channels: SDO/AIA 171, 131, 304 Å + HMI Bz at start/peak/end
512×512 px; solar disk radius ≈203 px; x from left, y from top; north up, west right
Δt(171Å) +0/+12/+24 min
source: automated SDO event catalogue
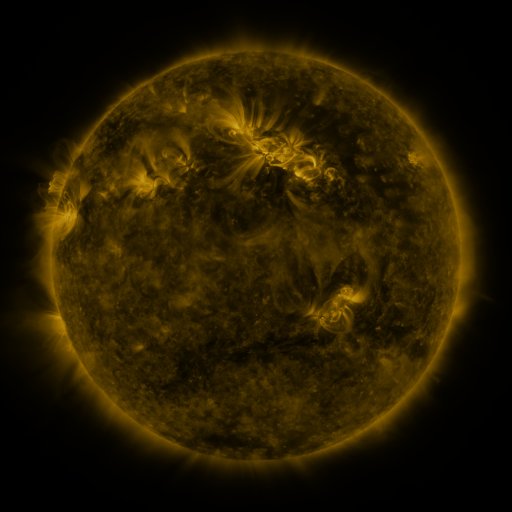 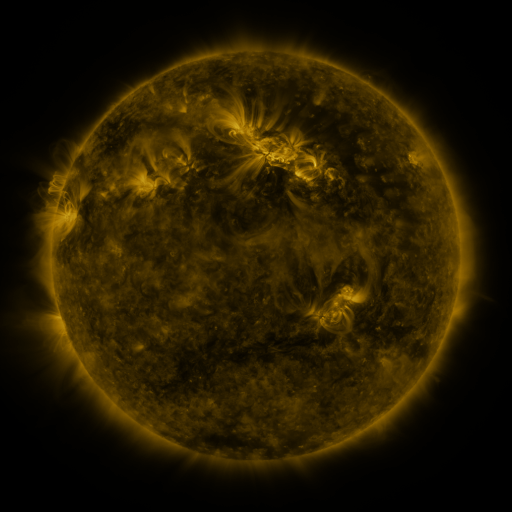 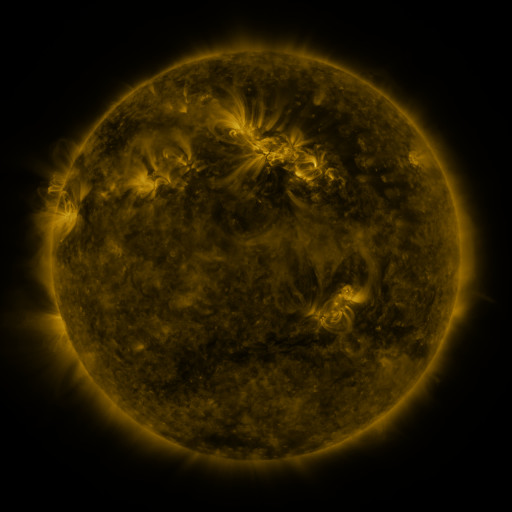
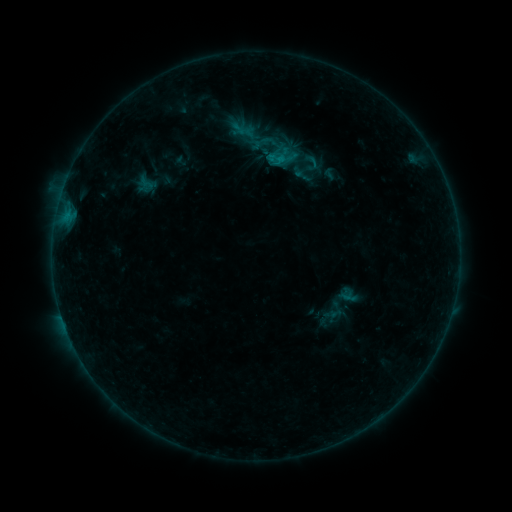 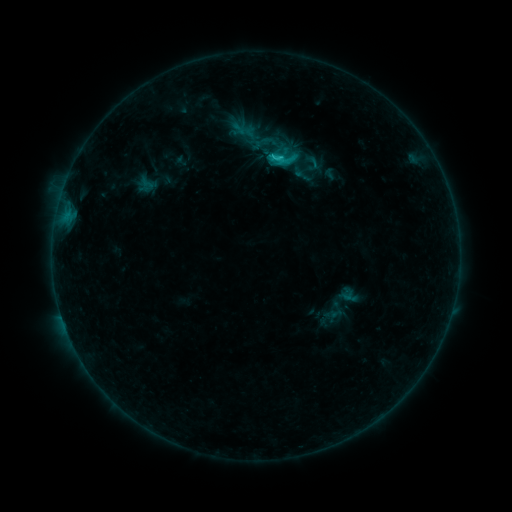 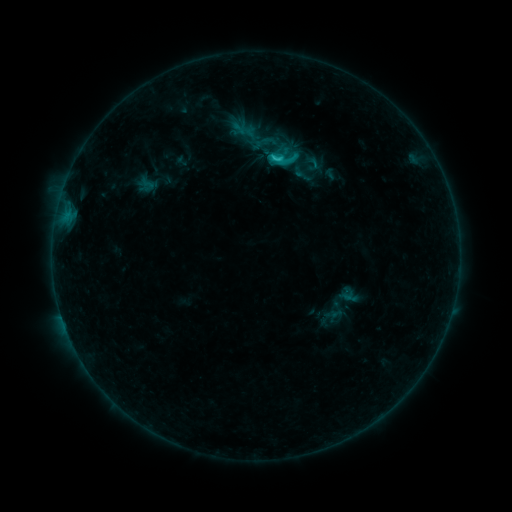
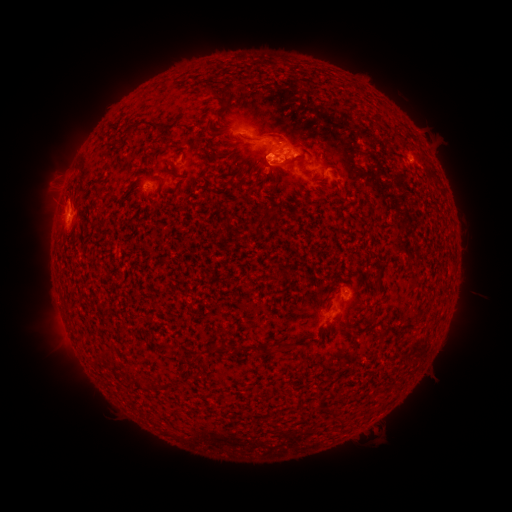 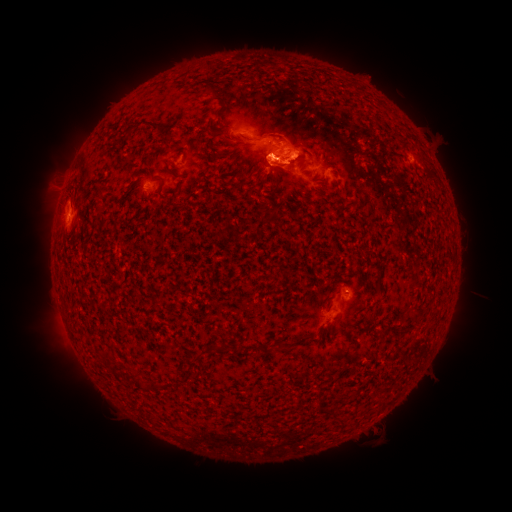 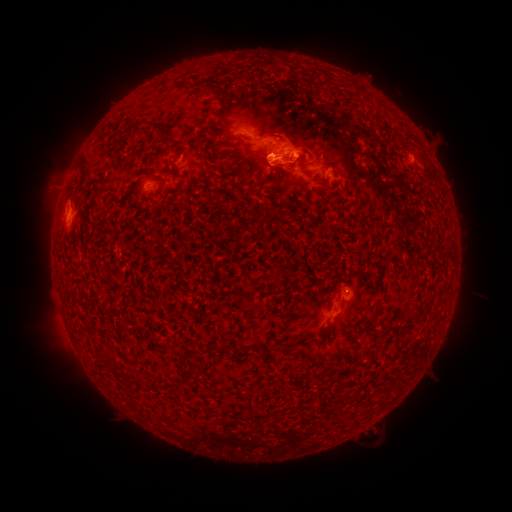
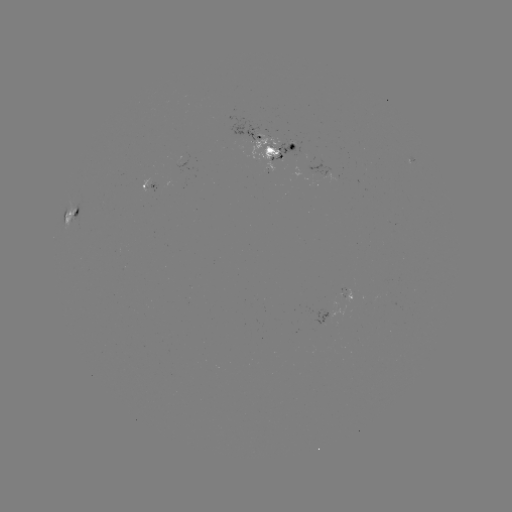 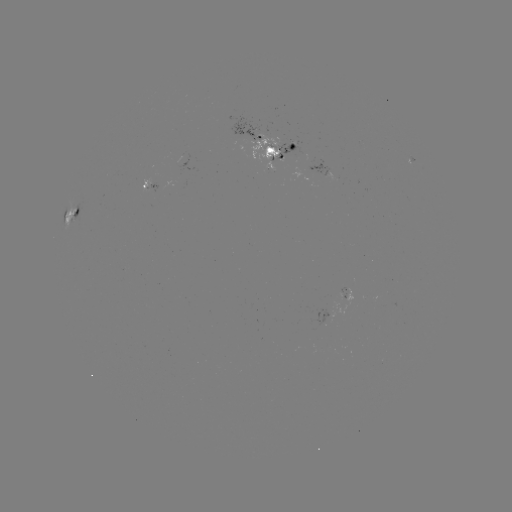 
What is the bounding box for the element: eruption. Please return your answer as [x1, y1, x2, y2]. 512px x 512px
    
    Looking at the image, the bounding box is [271, 146, 315, 190].